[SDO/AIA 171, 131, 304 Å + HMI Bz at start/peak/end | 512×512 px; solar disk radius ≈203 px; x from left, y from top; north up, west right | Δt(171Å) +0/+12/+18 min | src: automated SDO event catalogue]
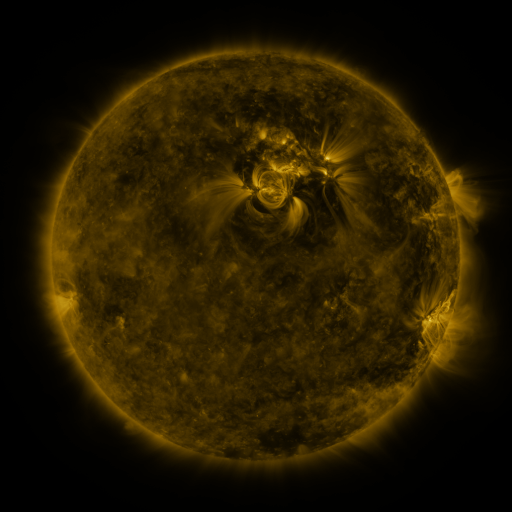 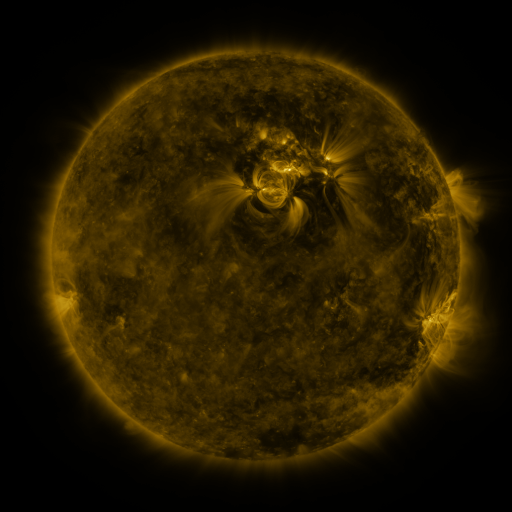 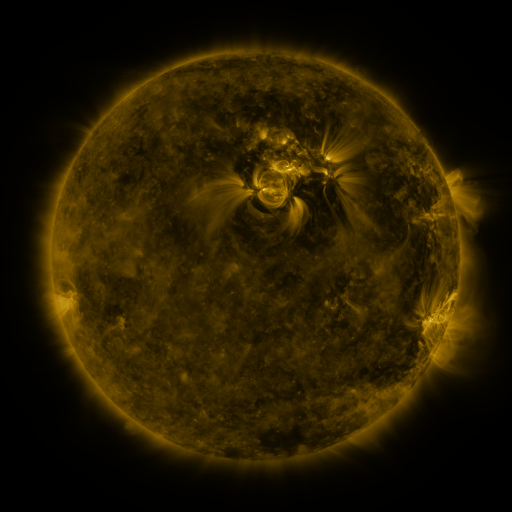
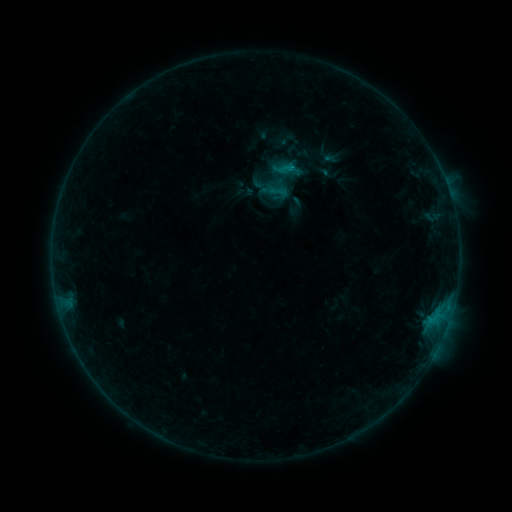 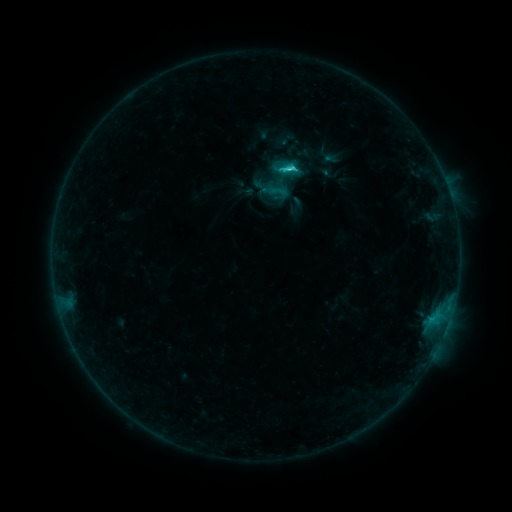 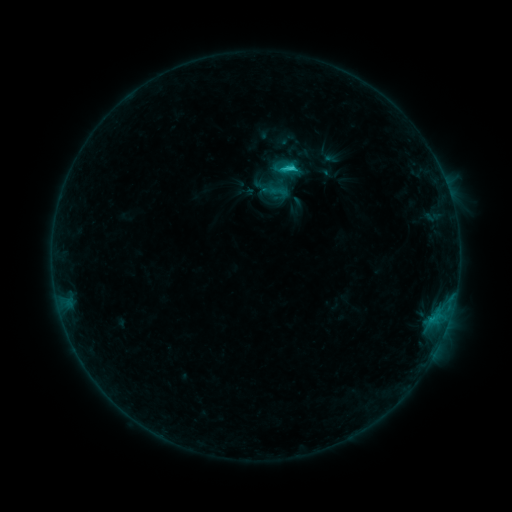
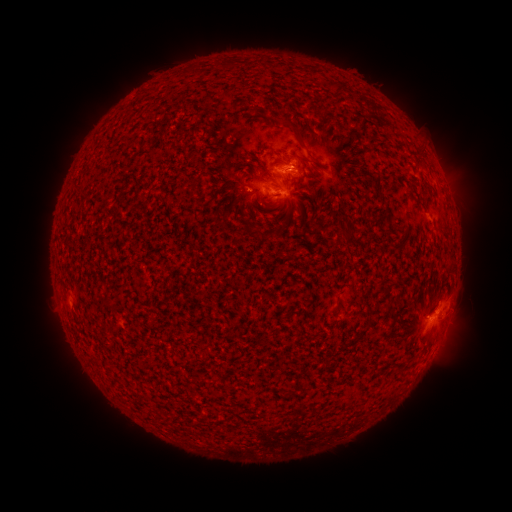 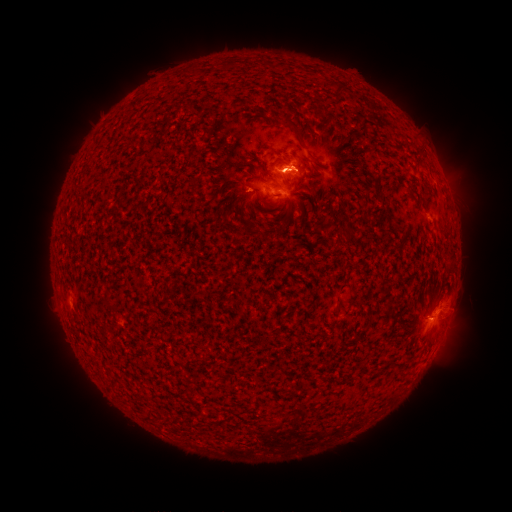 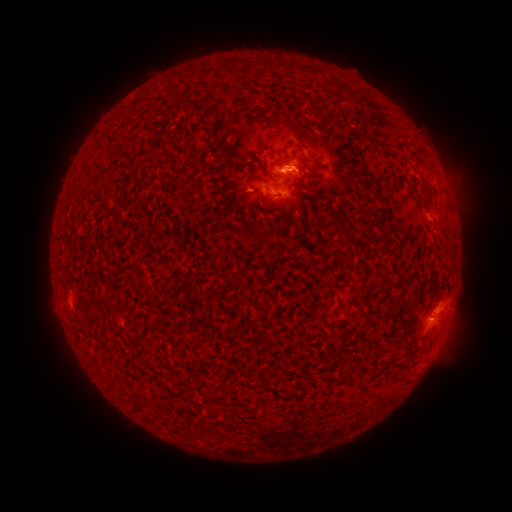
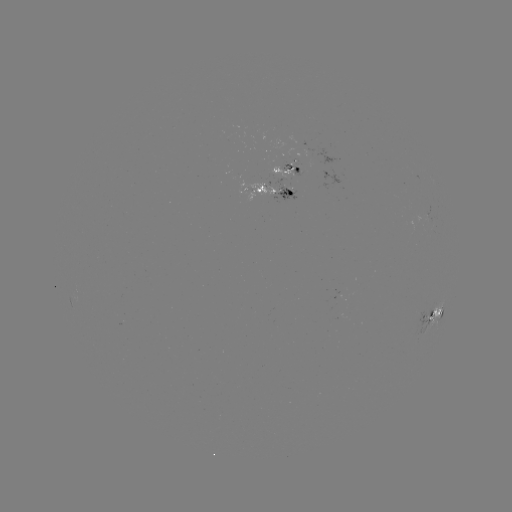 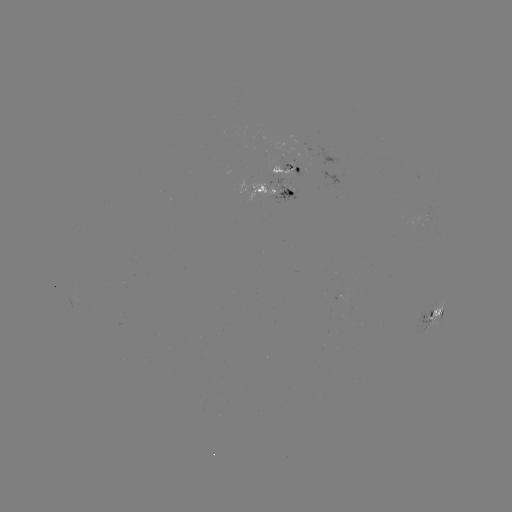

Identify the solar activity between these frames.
C2.6 flare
